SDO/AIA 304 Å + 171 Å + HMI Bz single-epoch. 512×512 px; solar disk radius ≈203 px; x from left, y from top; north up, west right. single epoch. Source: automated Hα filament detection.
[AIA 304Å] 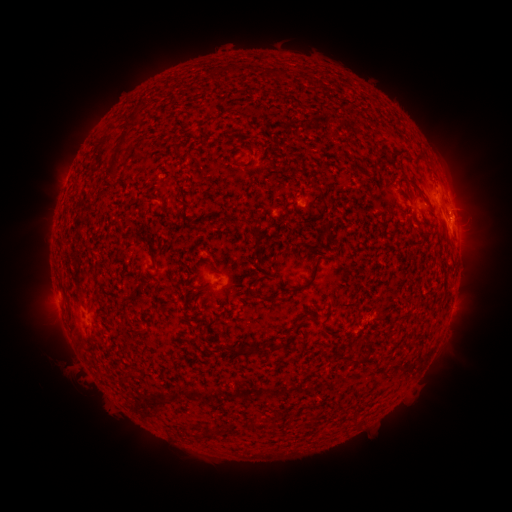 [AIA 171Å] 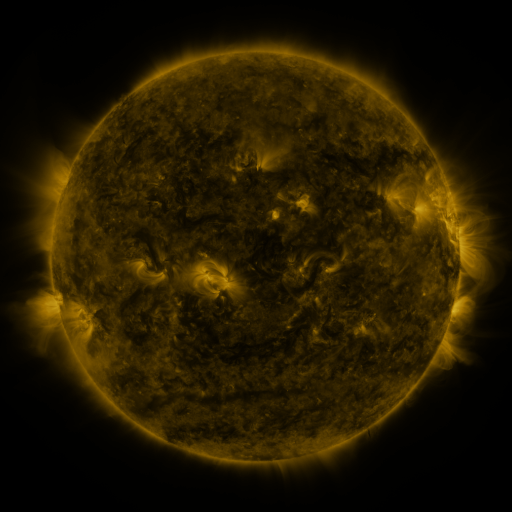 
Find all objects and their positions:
filament: (124, 138)
filament: (113, 164)
filament: (412, 184)
filament: (410, 204)
filament: (240, 223)
filament: (154, 261)
filament: (306, 287)
filament: (265, 300)
filament: (272, 347)
filament: (242, 350)
filament: (359, 361)
